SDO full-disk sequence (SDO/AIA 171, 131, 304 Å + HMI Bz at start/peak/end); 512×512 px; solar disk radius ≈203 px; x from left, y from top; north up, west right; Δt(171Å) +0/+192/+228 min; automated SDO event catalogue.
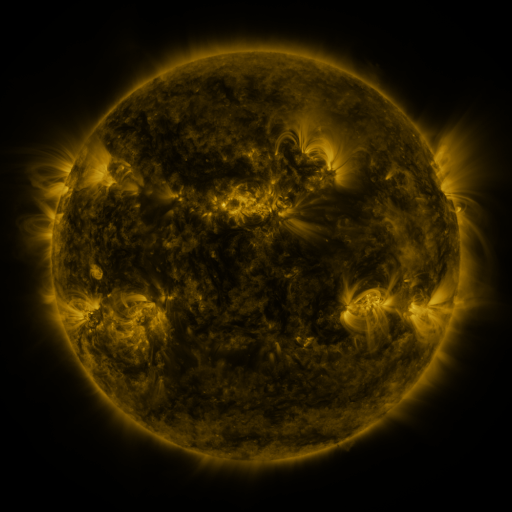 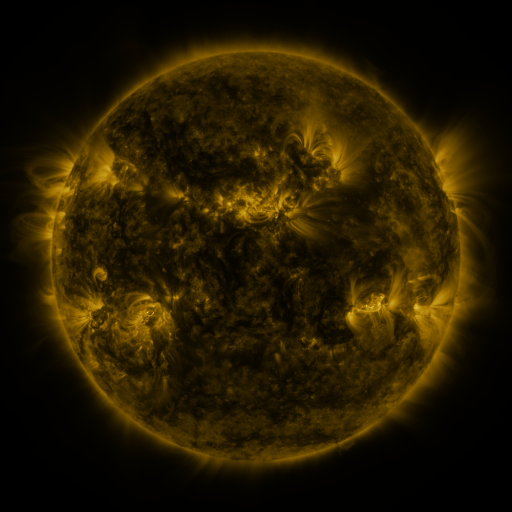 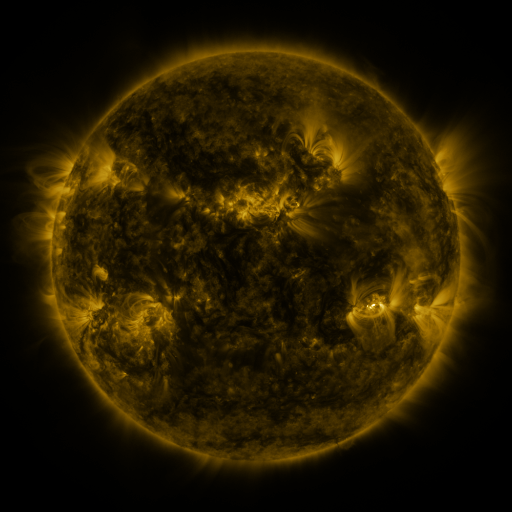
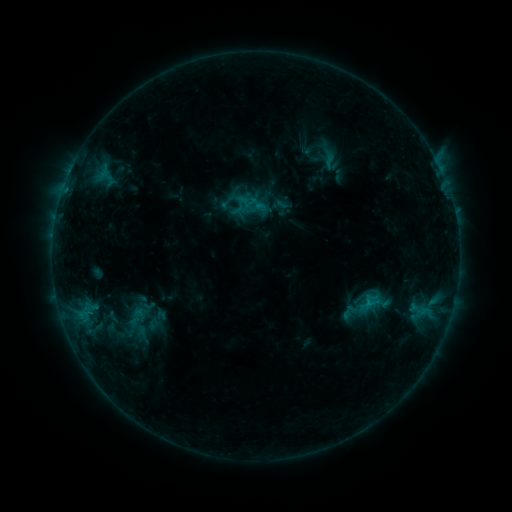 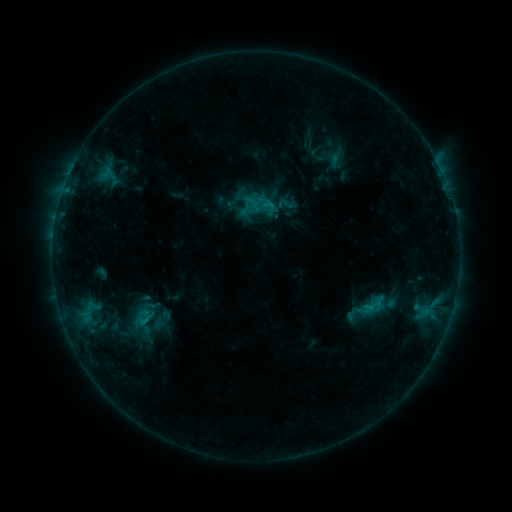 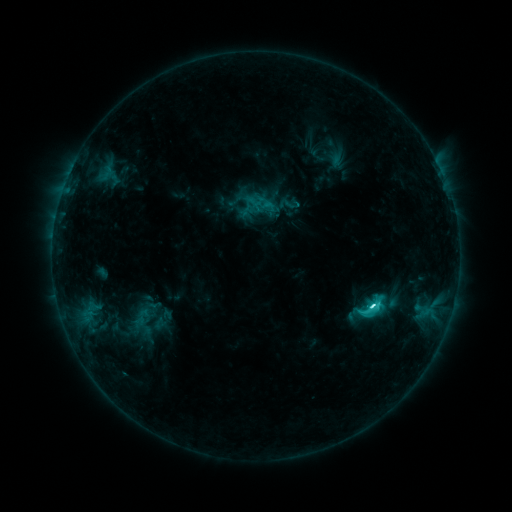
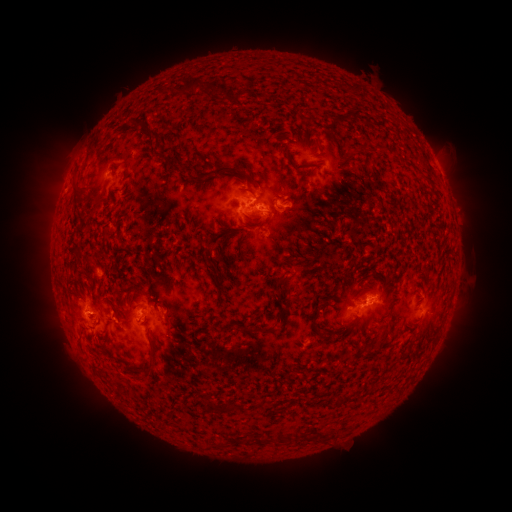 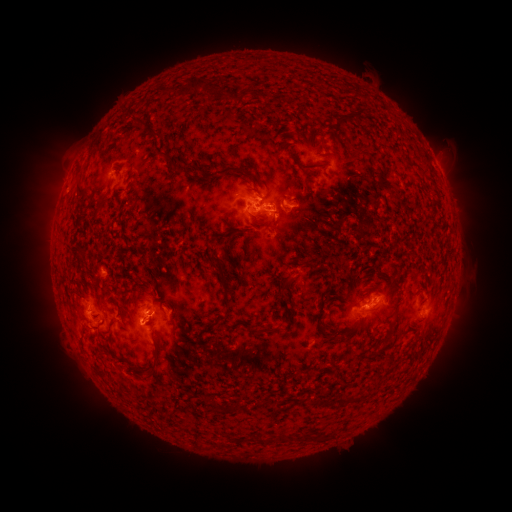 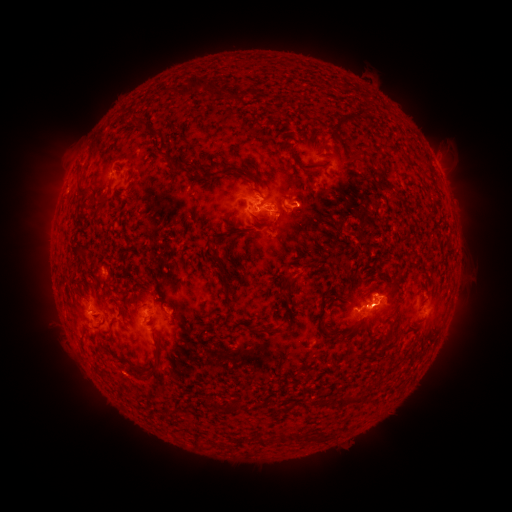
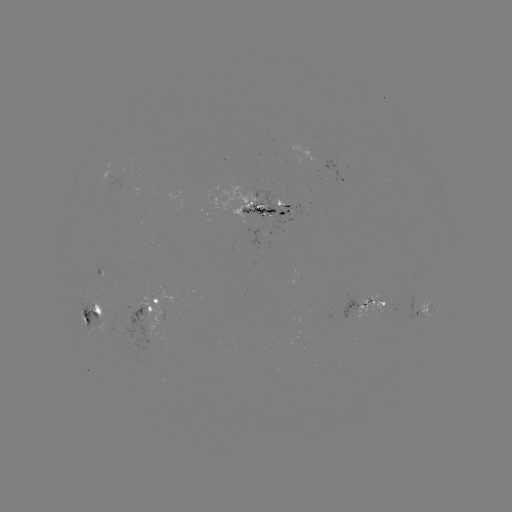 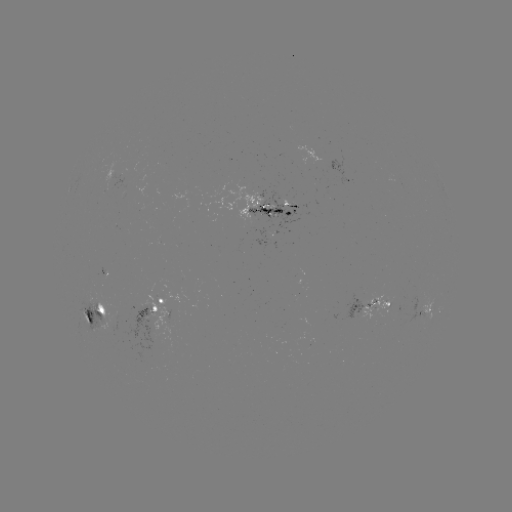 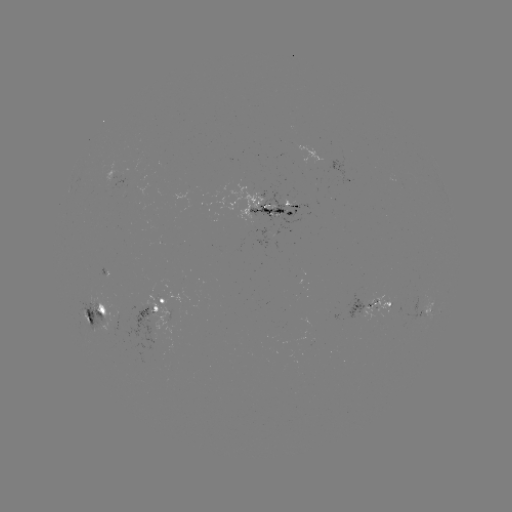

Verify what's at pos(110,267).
emerging-flux region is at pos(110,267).